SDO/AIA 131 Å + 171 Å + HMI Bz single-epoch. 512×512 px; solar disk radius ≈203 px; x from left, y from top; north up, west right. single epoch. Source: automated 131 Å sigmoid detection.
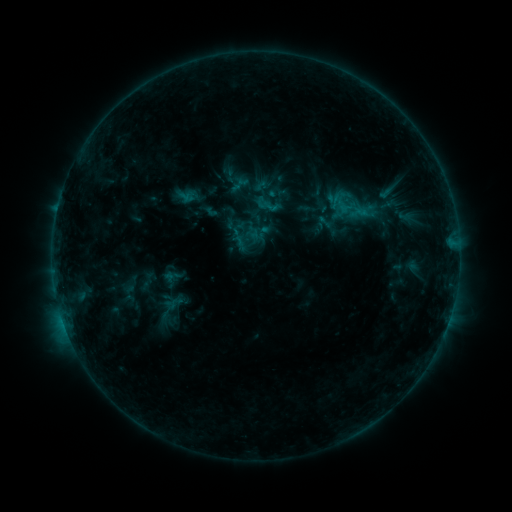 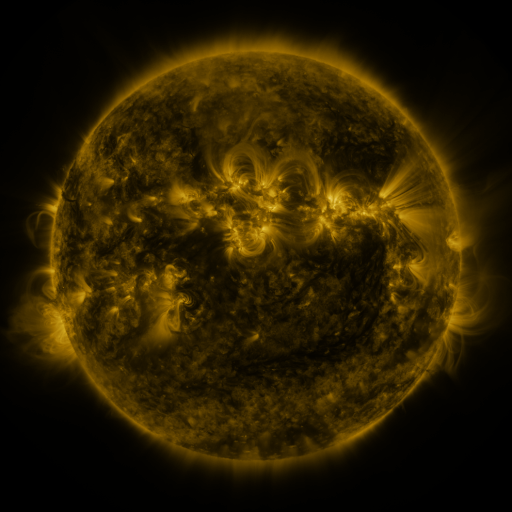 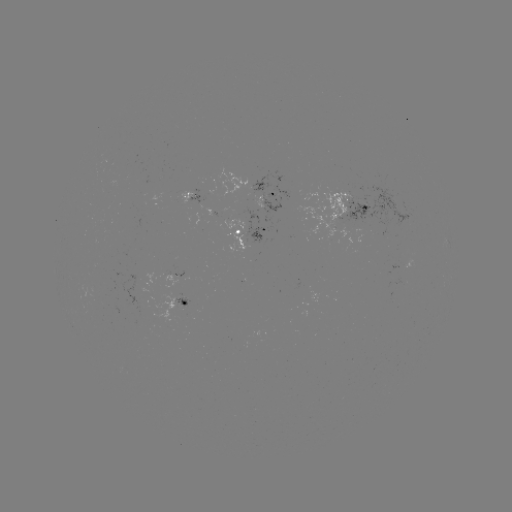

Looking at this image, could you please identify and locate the sigmoid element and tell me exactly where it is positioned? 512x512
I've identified sigmoid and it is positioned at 359,212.